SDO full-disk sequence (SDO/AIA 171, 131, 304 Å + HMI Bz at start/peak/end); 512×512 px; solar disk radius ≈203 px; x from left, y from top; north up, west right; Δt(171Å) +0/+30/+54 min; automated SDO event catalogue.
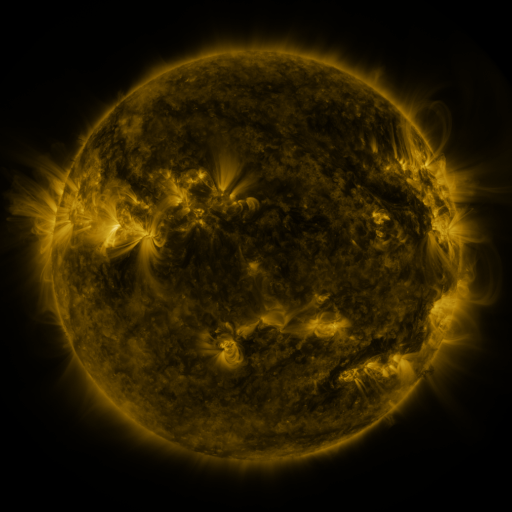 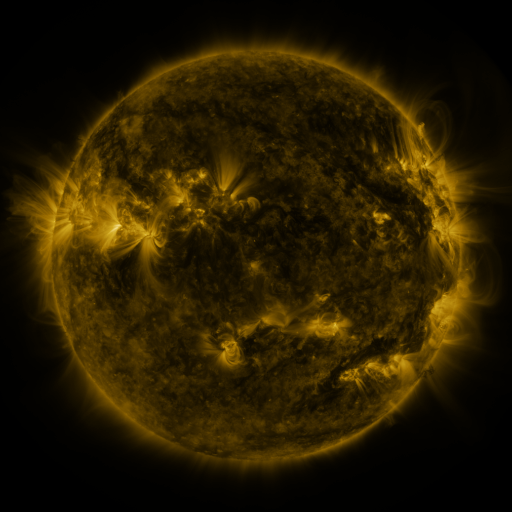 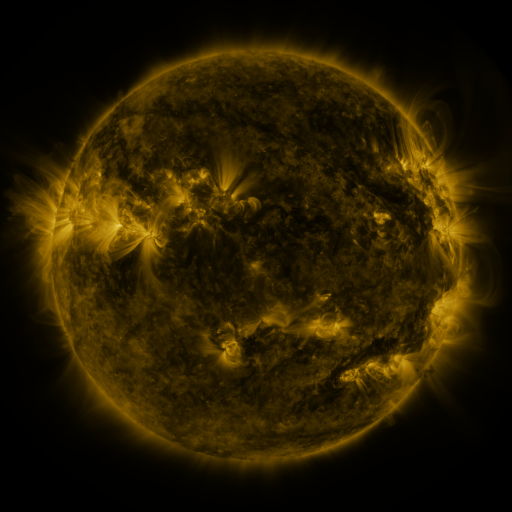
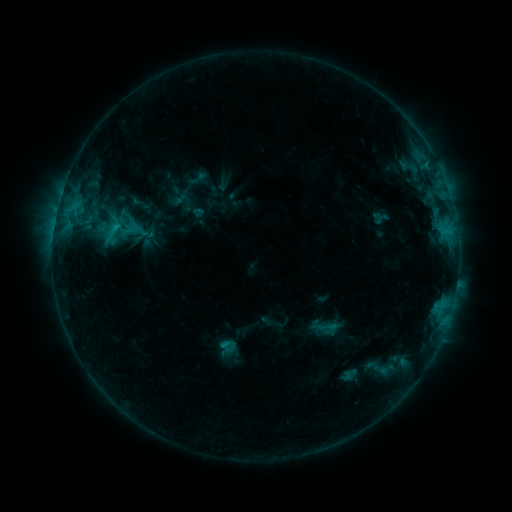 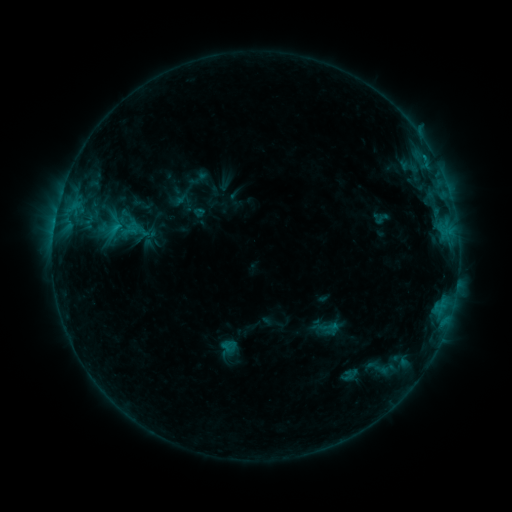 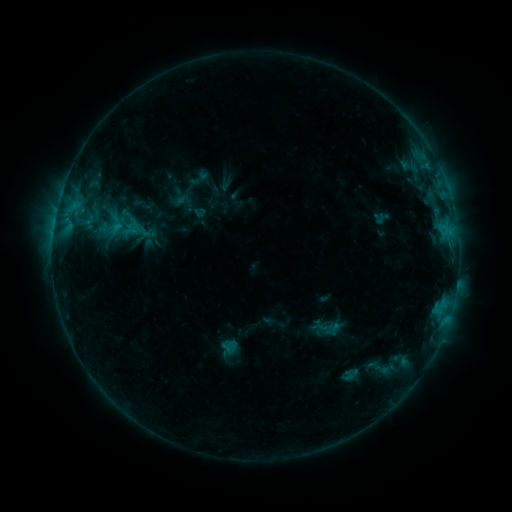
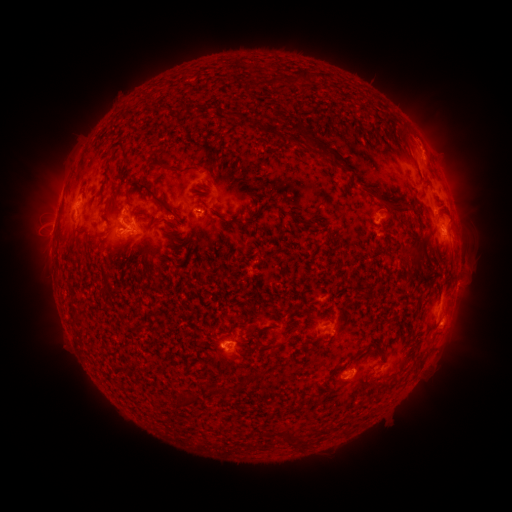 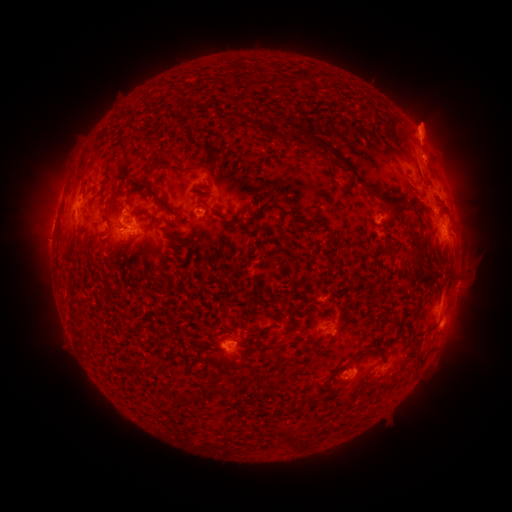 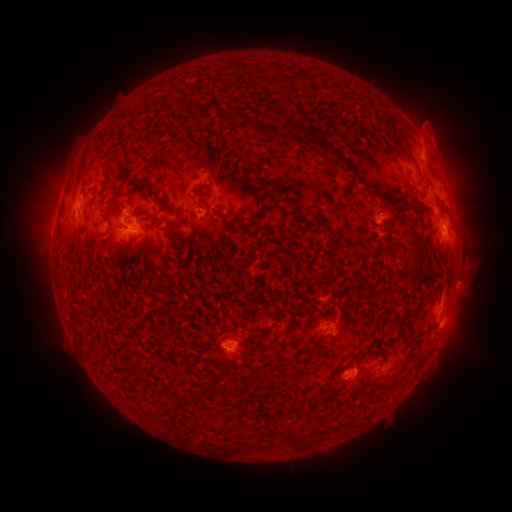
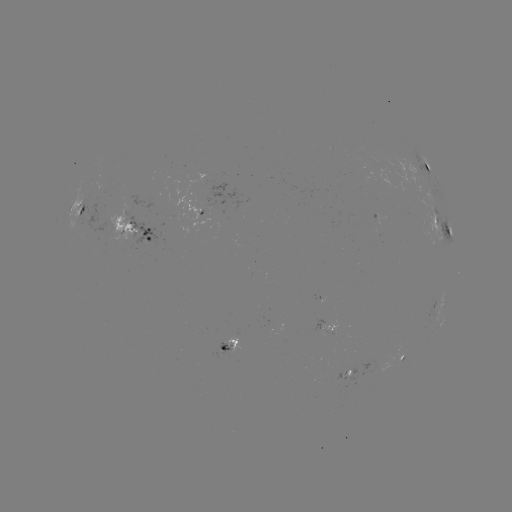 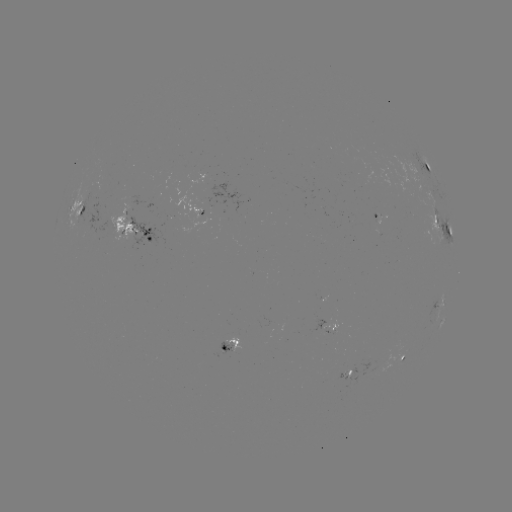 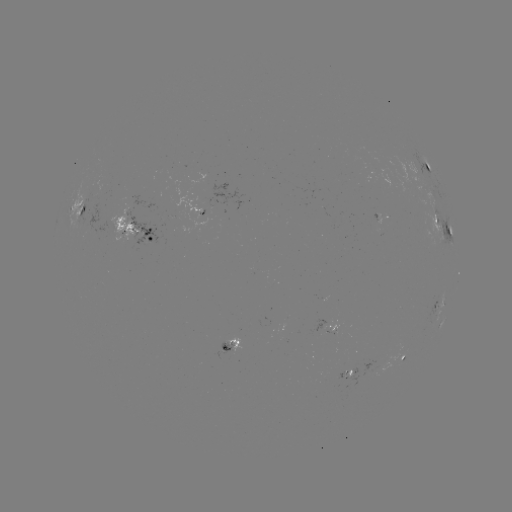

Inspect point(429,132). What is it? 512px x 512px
eruption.